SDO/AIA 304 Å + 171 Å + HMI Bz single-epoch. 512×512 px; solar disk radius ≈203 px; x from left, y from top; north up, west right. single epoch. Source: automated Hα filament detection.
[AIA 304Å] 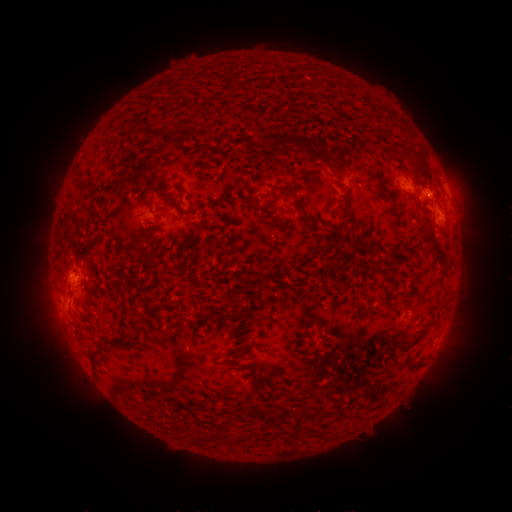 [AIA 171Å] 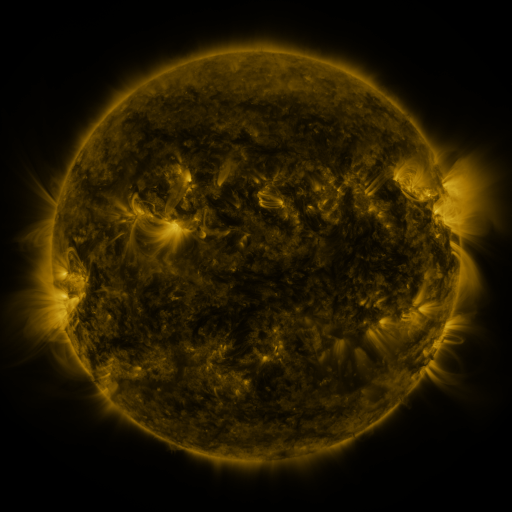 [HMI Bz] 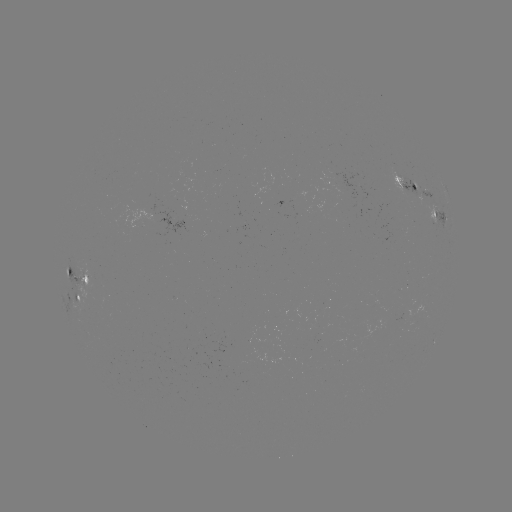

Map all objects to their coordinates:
filament: (170, 131)
filament: (298, 142)
filament: (83, 187)
filament: (383, 190)
filament: (292, 193)
filament: (167, 196)
filament: (318, 241)
filament: (436, 244)
filament: (145, 254)
filament: (69, 270)
filament: (70, 291)
filament: (417, 341)
filament: (109, 343)
filament: (254, 408)
filament: (342, 415)
filament: (267, 419)
